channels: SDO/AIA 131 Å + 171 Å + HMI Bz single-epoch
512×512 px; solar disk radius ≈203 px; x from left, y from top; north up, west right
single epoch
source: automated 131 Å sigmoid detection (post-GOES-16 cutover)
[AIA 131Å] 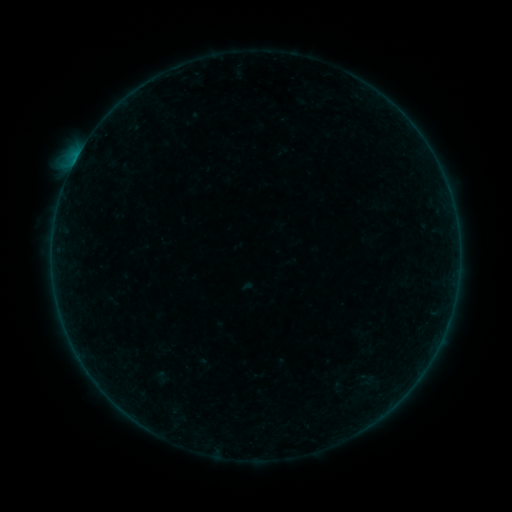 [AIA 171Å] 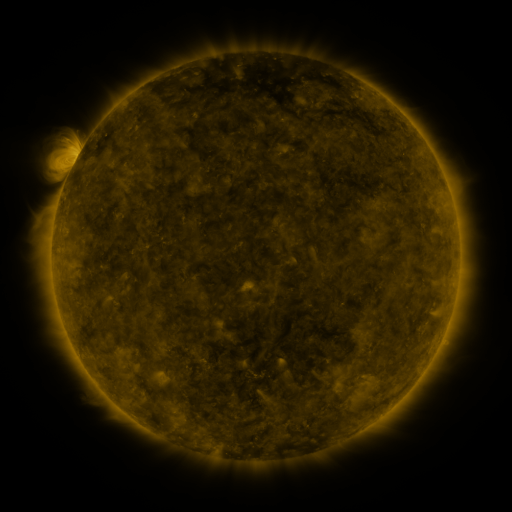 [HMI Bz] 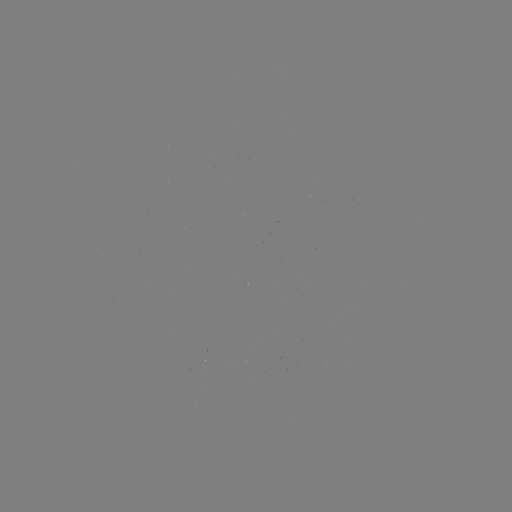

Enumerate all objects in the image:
sigmoid: (148, 367, 176, 387)
